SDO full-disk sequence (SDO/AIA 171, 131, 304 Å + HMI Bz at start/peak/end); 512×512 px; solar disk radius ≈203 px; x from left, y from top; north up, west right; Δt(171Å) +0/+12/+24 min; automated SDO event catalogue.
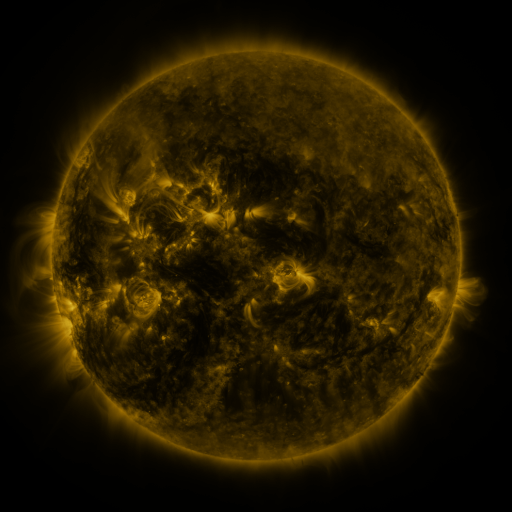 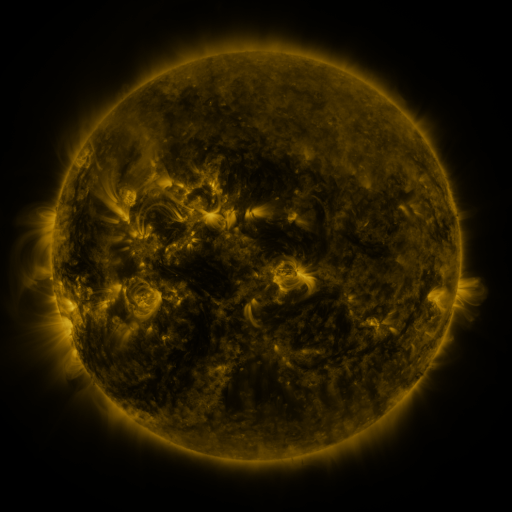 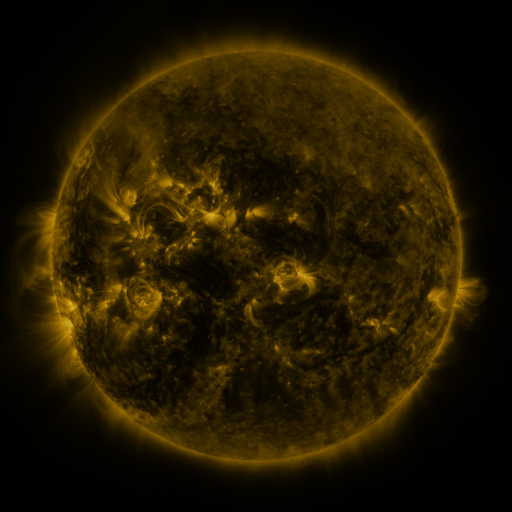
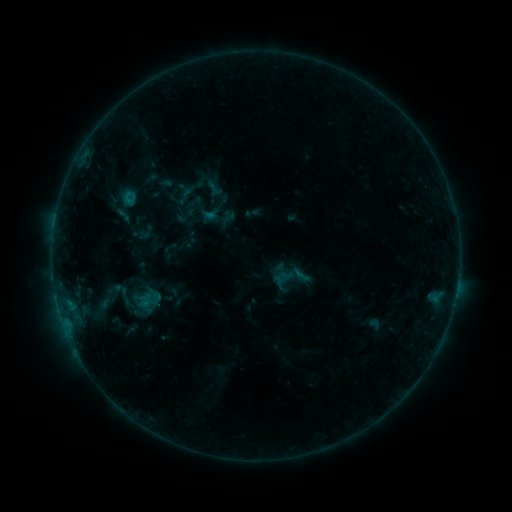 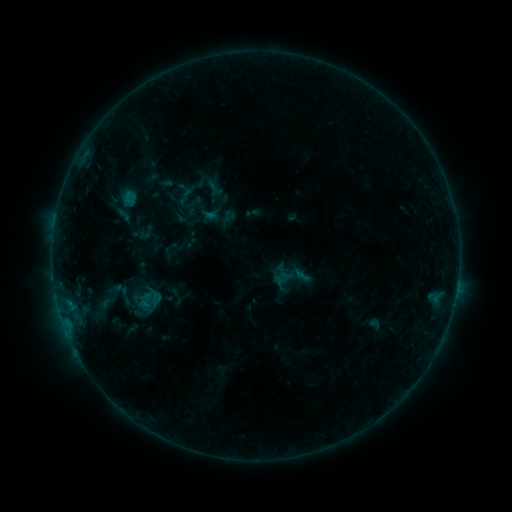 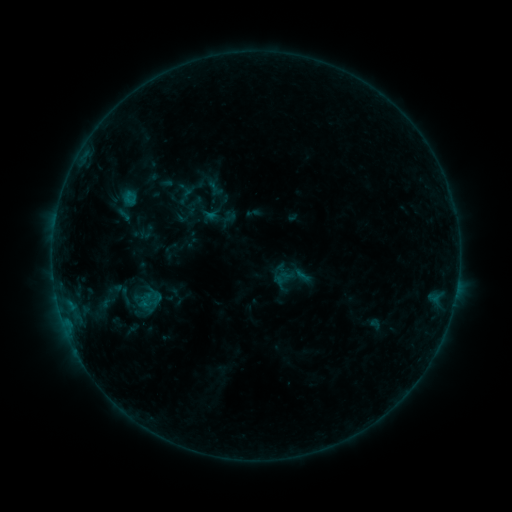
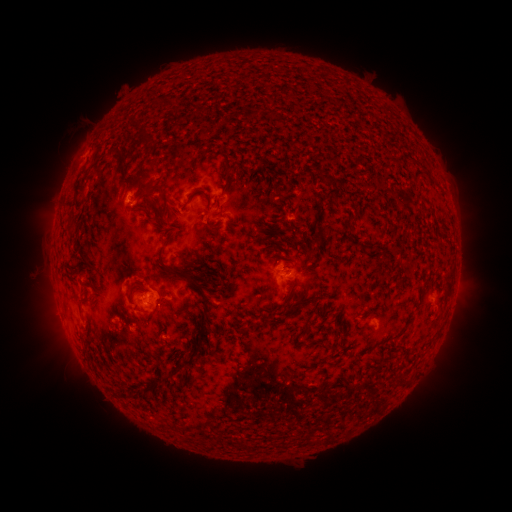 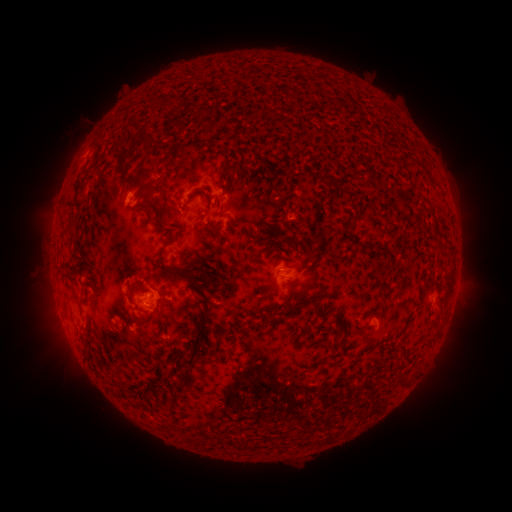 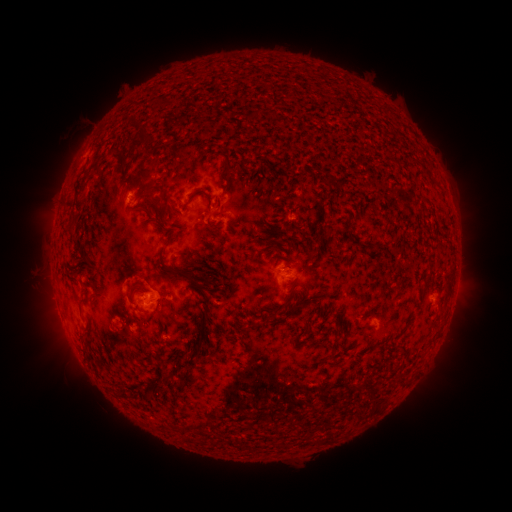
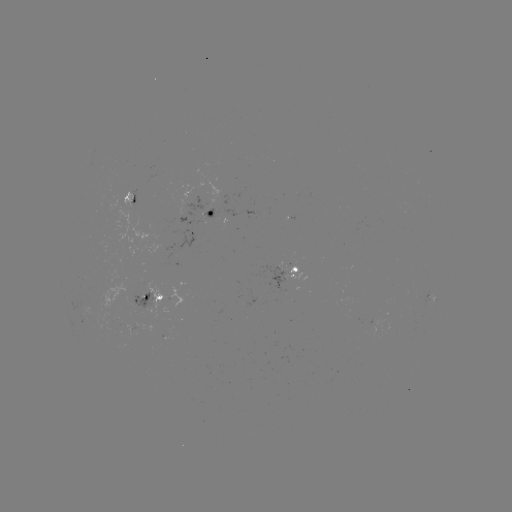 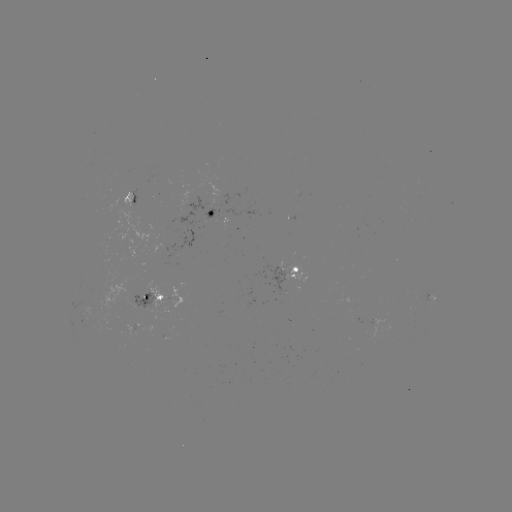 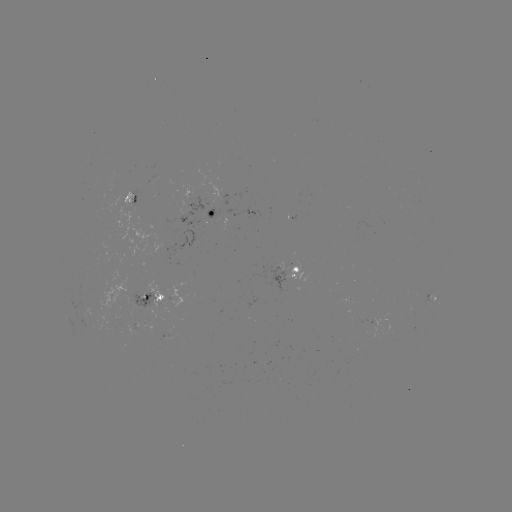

no classed flare was catalogued and no EUV brightening was flagged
